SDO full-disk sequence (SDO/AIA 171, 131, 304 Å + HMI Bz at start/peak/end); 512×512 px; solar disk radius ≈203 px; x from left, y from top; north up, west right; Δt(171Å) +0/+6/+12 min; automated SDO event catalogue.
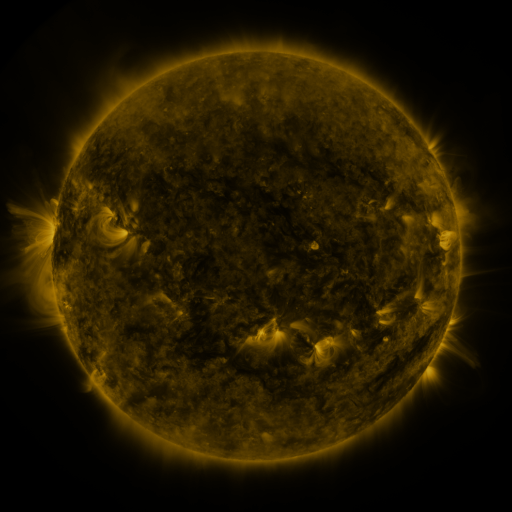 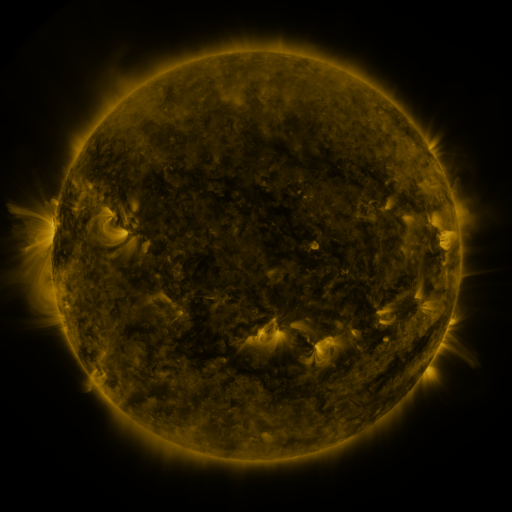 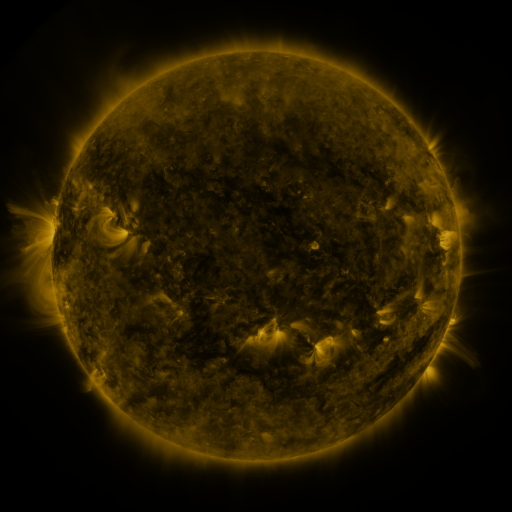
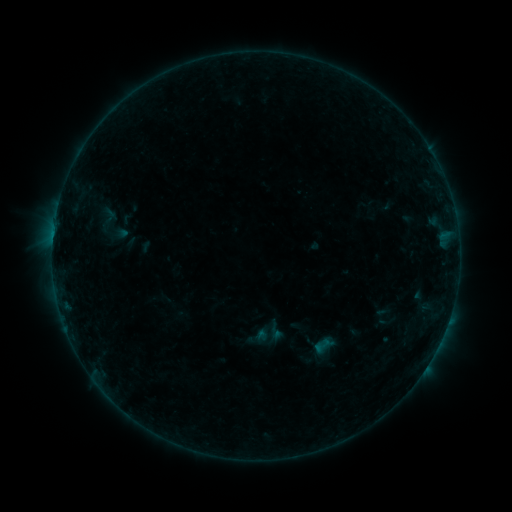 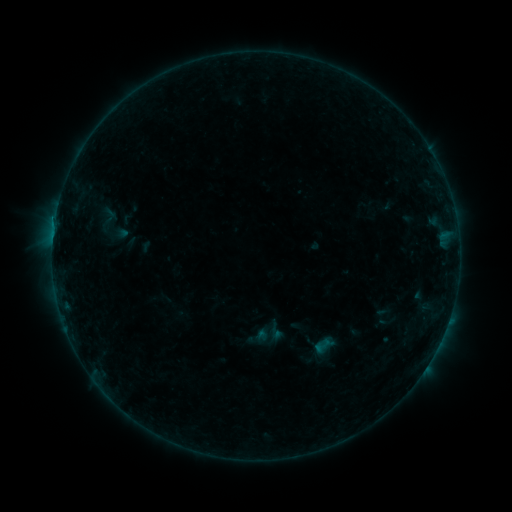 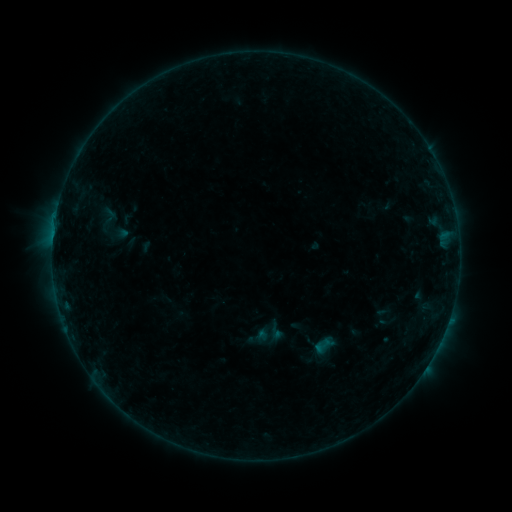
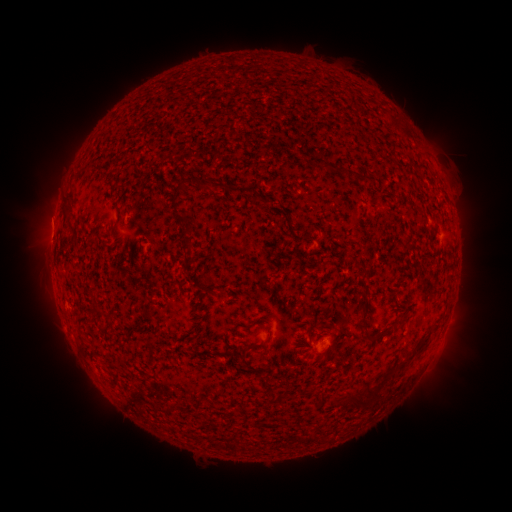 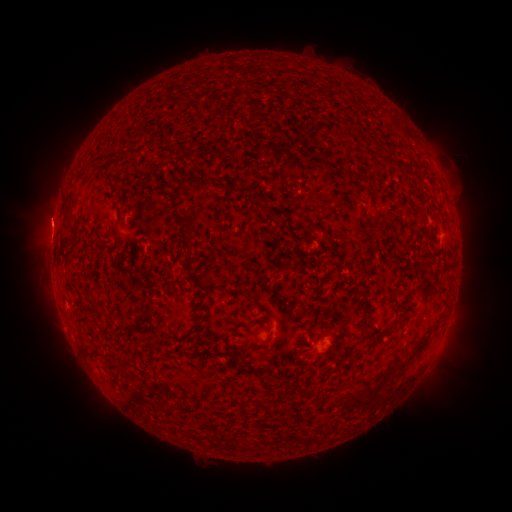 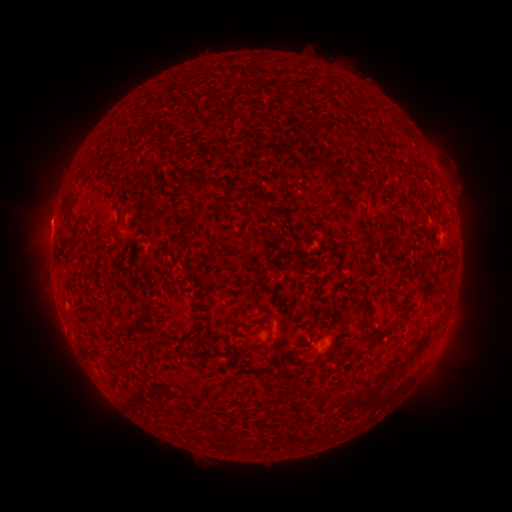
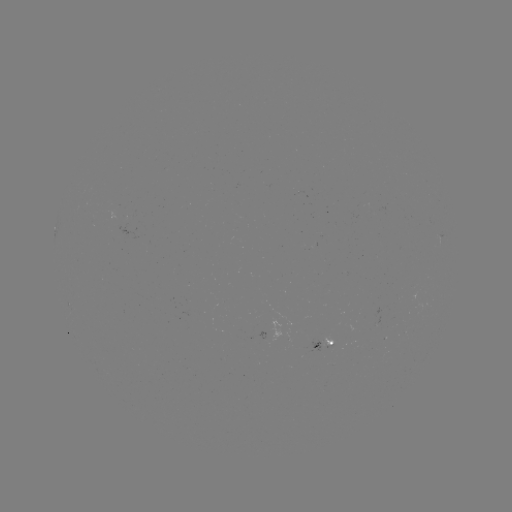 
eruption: (22, 195, 75, 245)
